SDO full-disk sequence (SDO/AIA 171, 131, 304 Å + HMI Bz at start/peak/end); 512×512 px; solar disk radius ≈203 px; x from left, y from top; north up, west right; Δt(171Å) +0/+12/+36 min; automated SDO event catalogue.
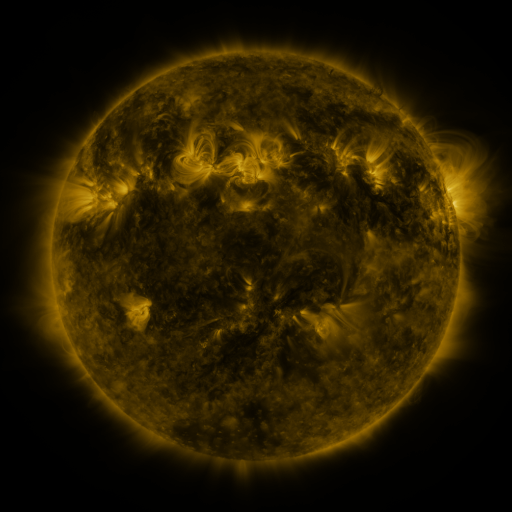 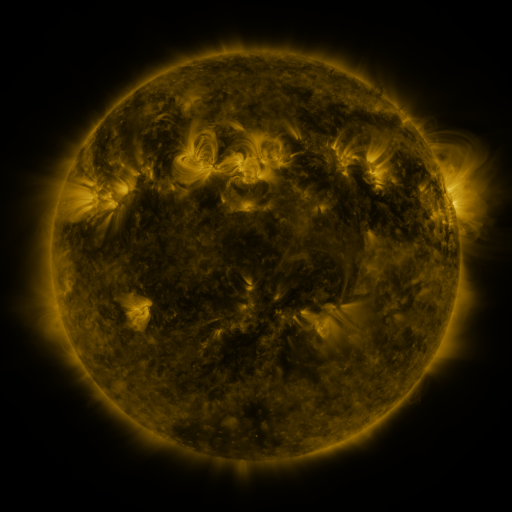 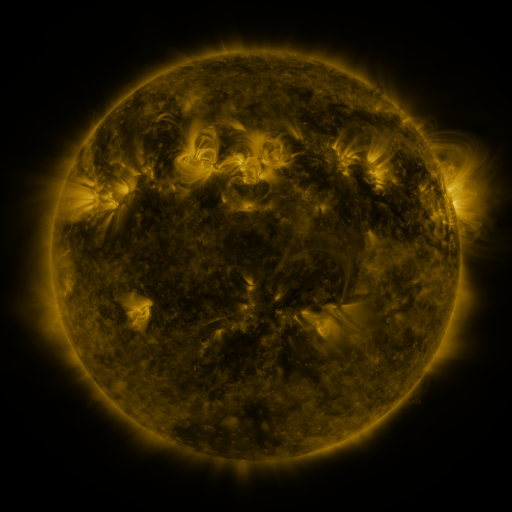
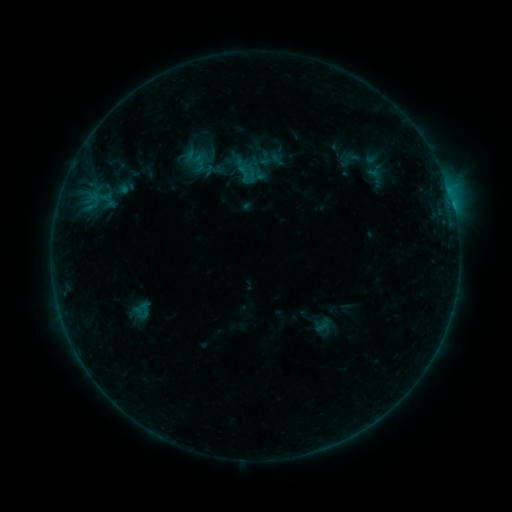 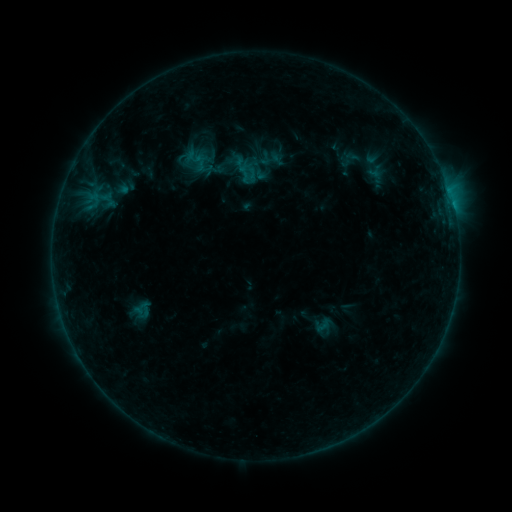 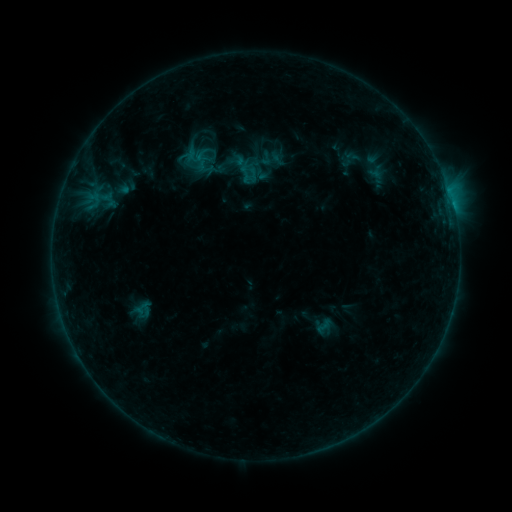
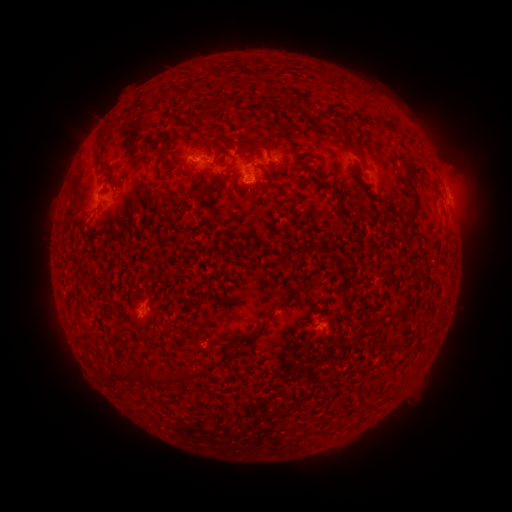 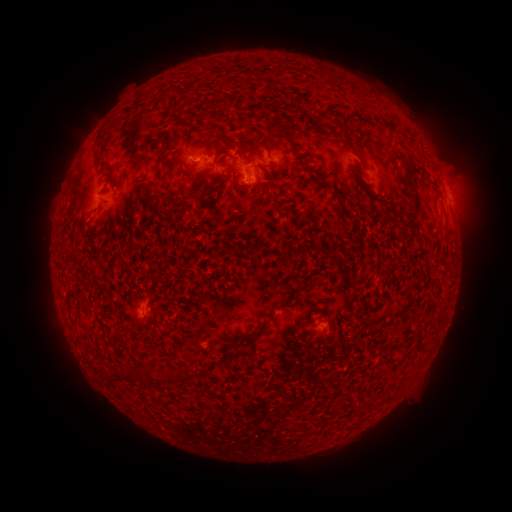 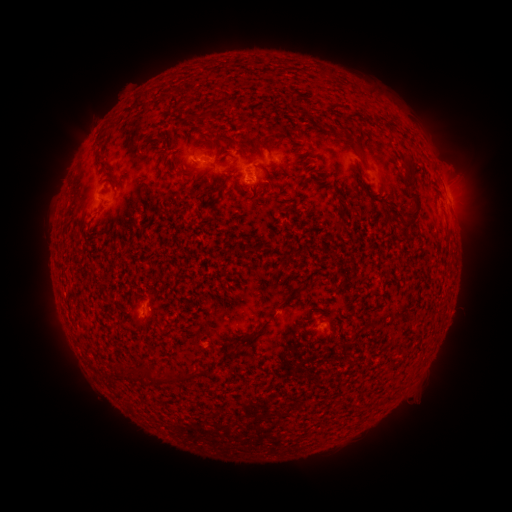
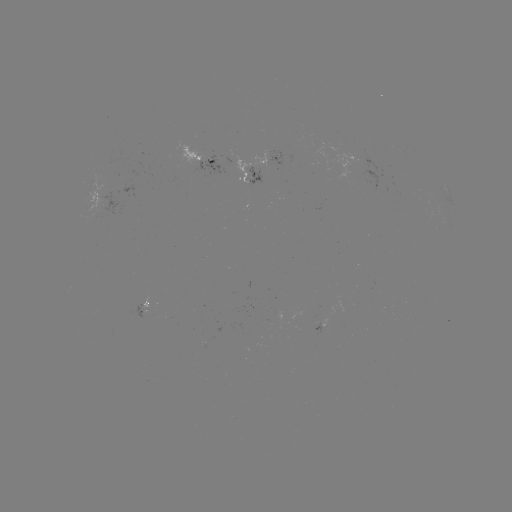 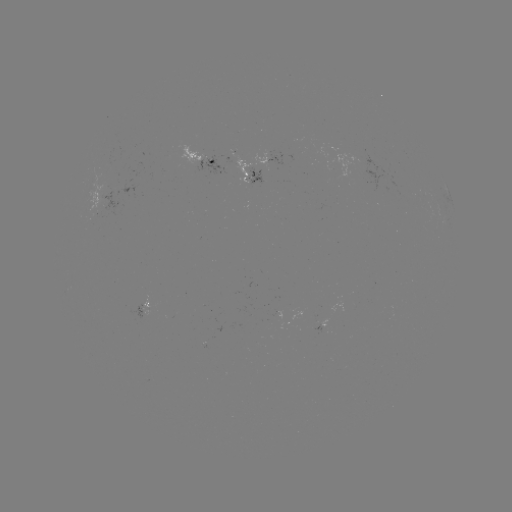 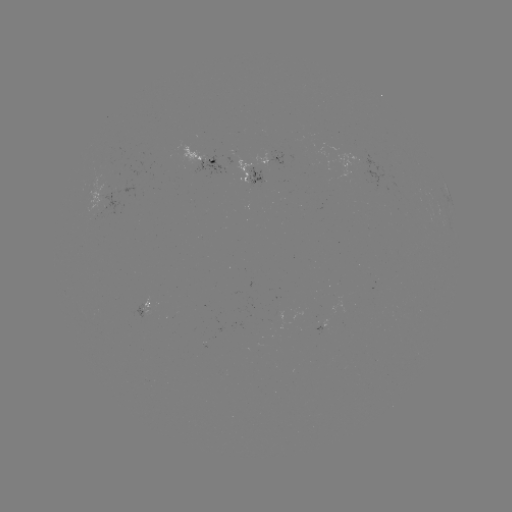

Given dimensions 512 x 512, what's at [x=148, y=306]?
emerging-flux region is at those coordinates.